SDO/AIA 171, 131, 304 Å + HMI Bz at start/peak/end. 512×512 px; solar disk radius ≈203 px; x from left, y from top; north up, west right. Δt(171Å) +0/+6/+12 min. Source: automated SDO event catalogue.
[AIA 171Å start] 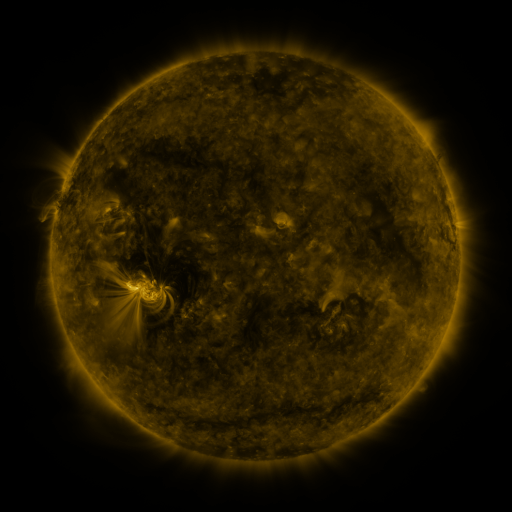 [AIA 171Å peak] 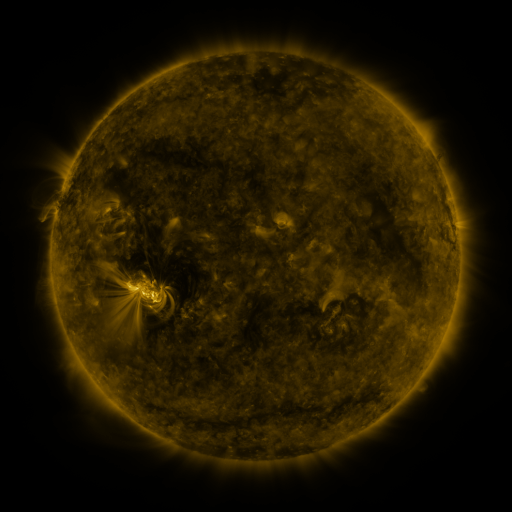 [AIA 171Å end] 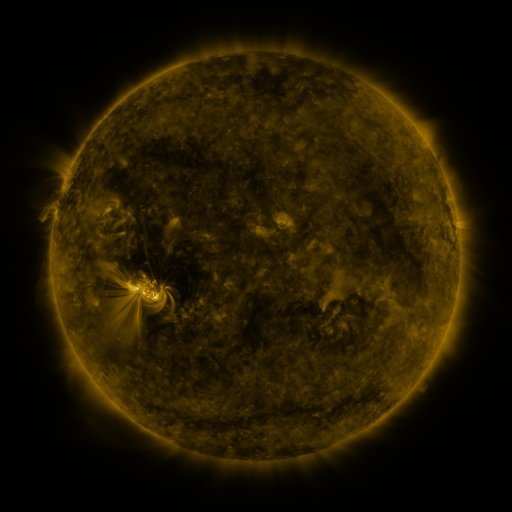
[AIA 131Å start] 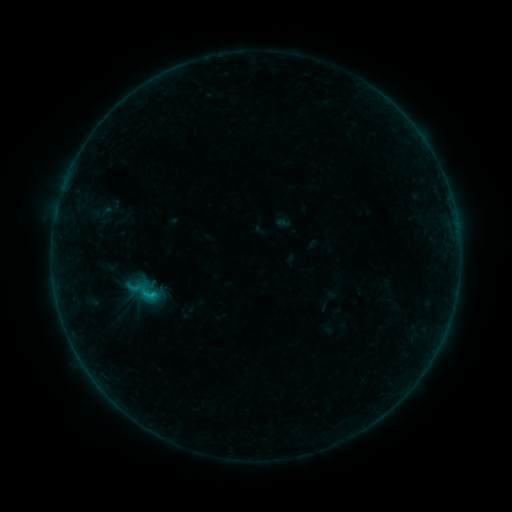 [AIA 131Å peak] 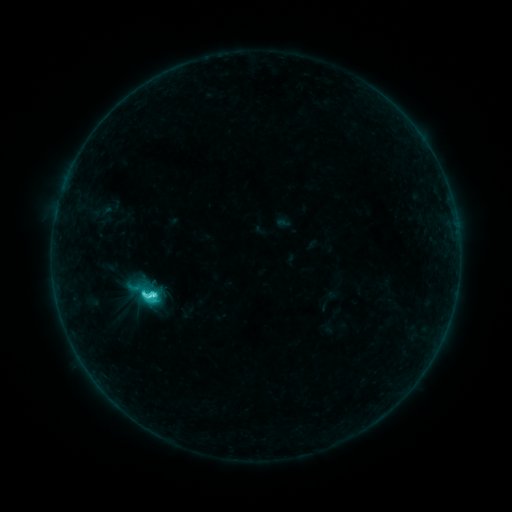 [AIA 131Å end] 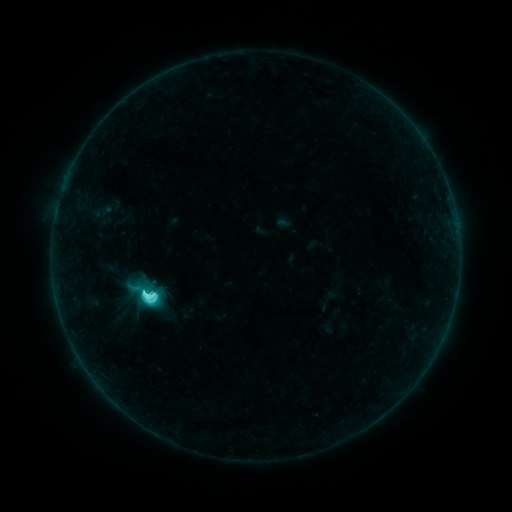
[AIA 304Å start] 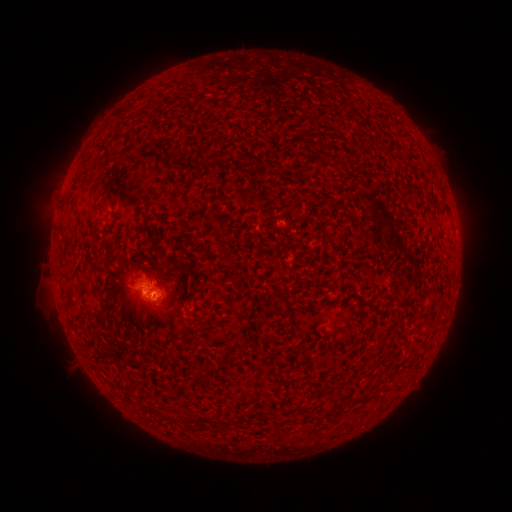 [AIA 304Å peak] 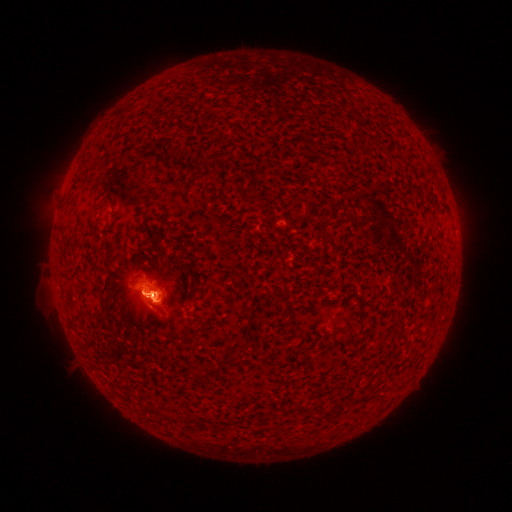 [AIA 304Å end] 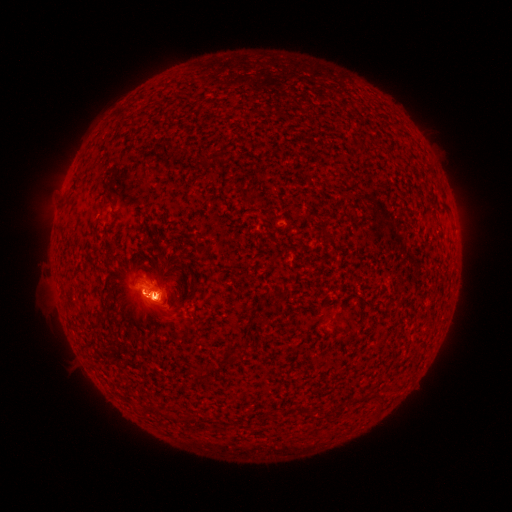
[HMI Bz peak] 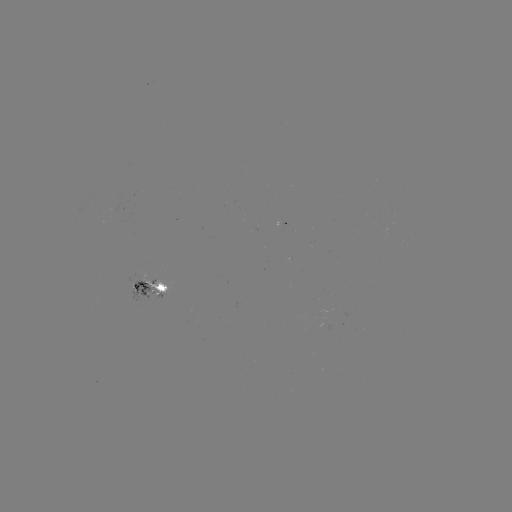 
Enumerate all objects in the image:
eruption: (162, 311)
